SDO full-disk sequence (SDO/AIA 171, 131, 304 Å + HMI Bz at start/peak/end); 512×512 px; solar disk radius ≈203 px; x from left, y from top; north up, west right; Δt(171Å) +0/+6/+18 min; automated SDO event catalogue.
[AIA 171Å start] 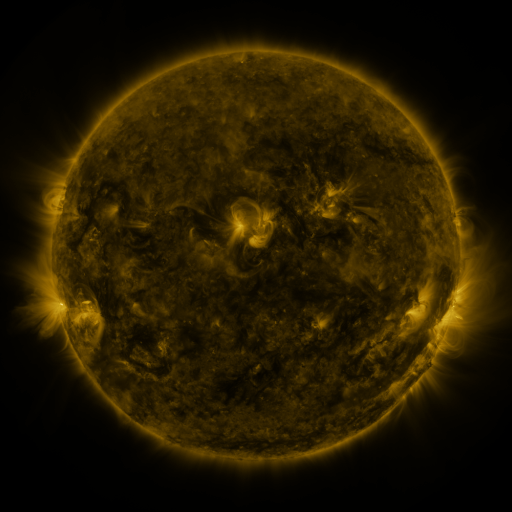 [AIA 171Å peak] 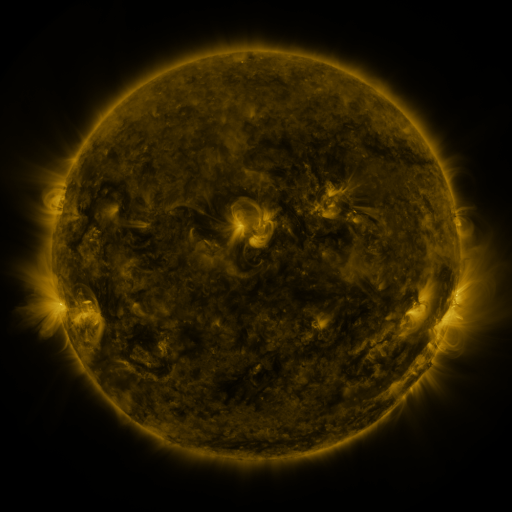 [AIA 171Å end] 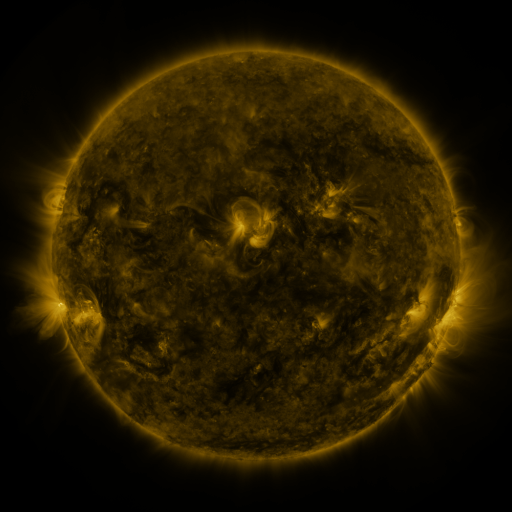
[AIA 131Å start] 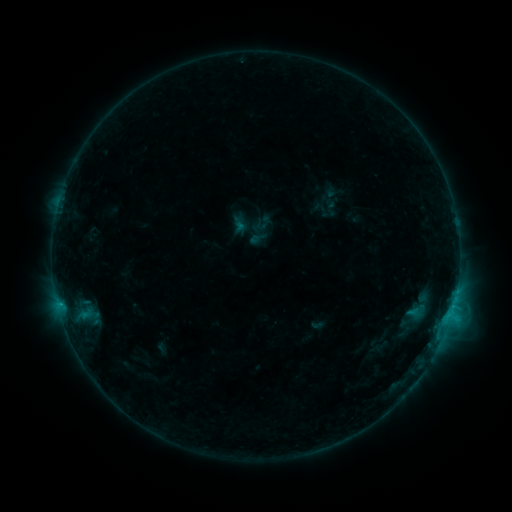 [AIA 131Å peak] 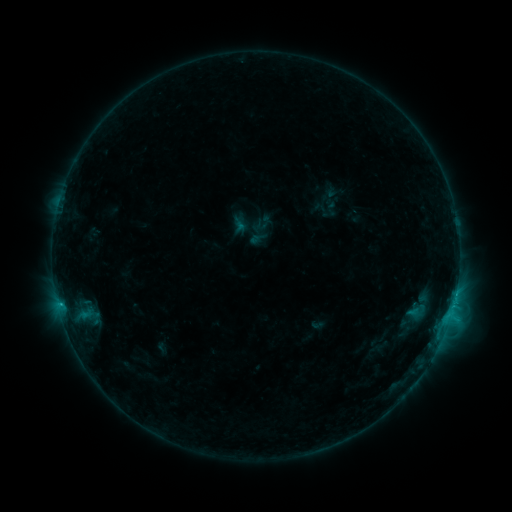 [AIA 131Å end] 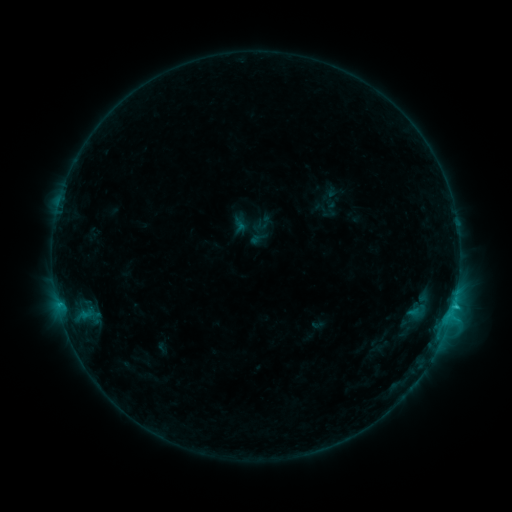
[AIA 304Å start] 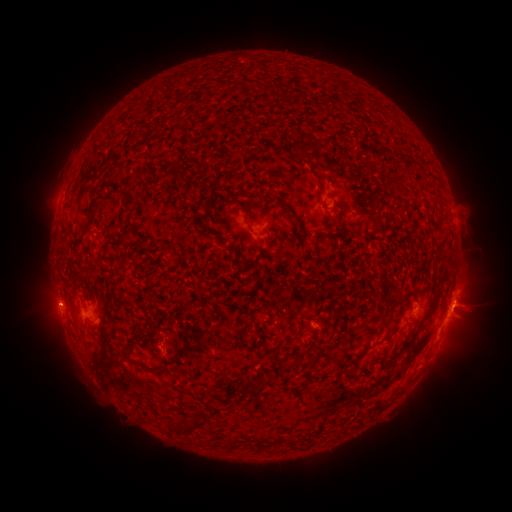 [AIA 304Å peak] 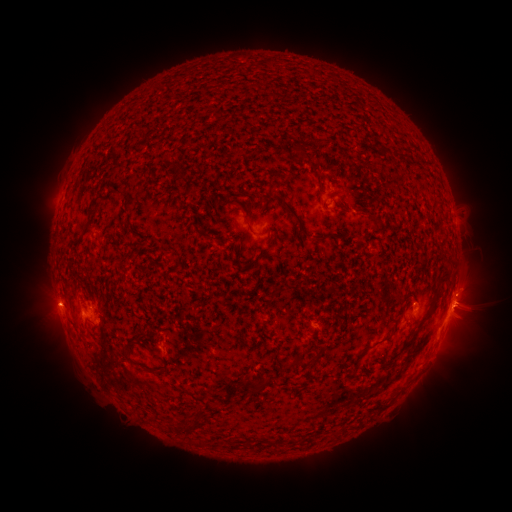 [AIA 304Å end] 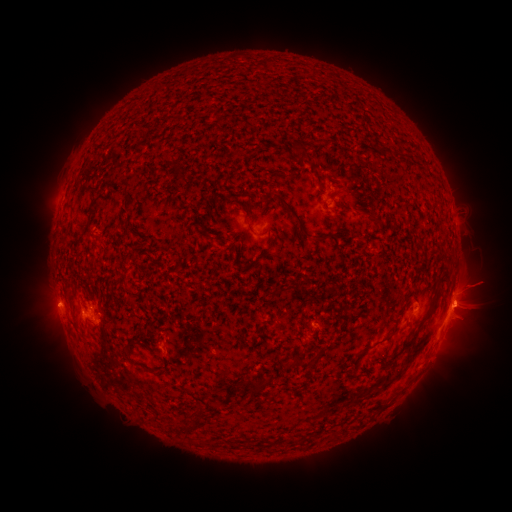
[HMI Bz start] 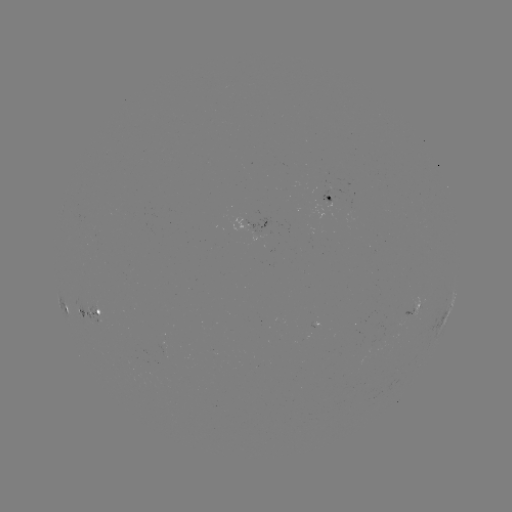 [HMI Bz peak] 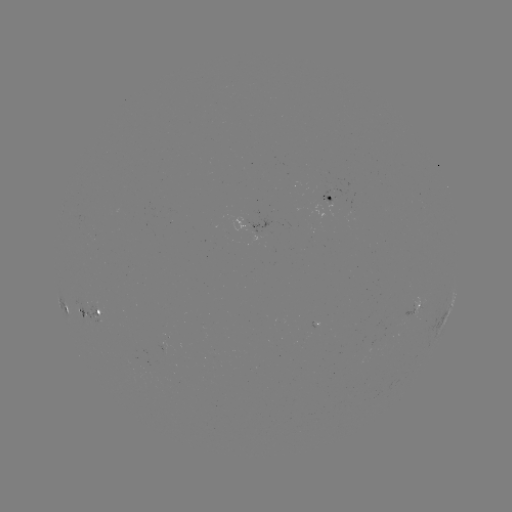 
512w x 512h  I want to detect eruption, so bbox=[437, 190, 497, 247].